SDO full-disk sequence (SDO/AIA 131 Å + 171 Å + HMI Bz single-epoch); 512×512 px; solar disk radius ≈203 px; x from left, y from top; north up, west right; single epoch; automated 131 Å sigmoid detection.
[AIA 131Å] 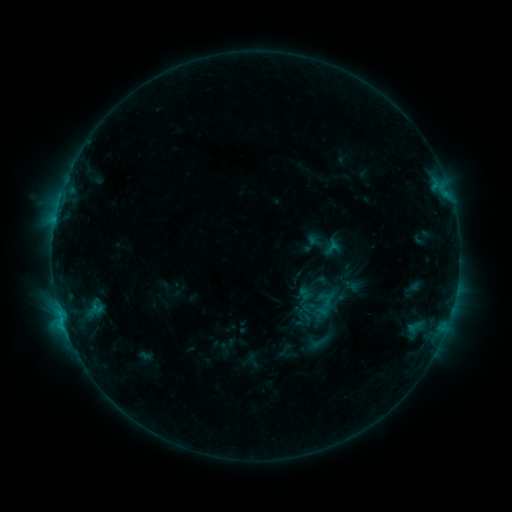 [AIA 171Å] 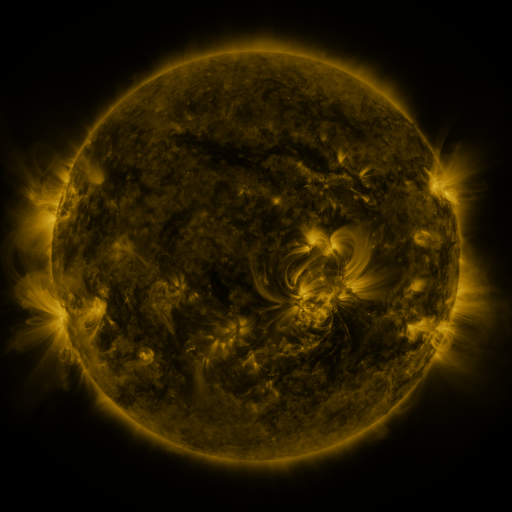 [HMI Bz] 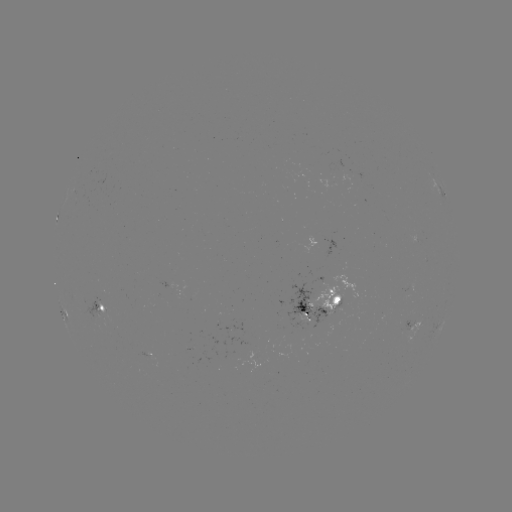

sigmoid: <bbox>308, 332, 328, 352</bbox>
